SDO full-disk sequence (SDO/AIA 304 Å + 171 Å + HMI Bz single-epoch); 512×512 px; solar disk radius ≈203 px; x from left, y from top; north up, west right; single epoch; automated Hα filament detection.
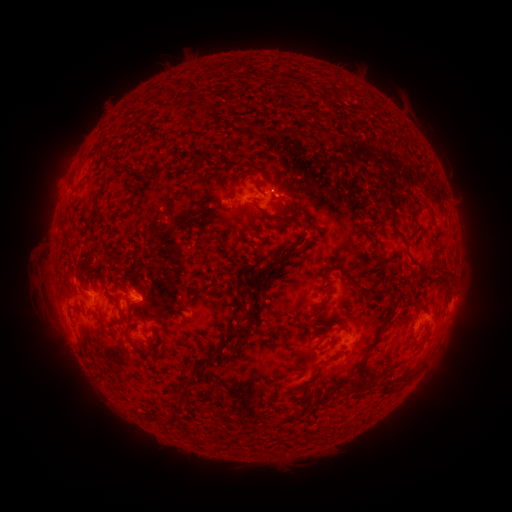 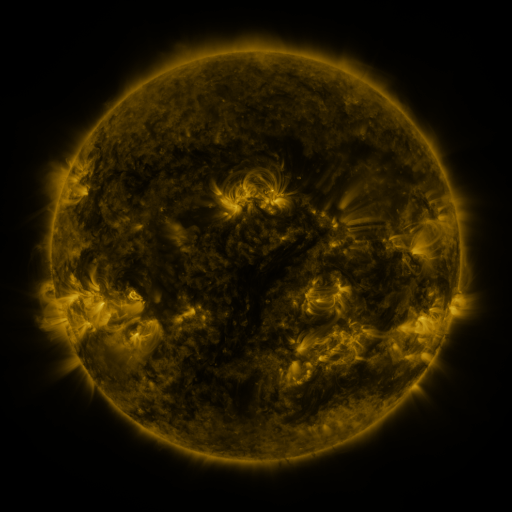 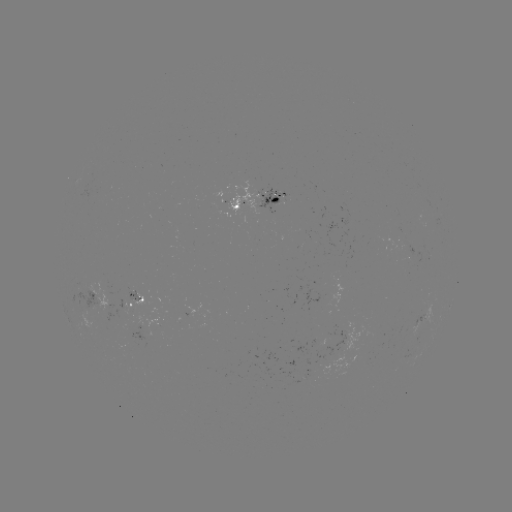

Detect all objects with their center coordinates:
filament: [282, 78, 289, 88]
filament: [114, 166, 130, 176]
filament: [132, 172, 150, 181]
filament: [249, 179, 259, 189]
filament: [325, 183, 332, 193]
filament: [417, 193, 427, 204]
filament: [285, 196, 295, 208]
filament: [272, 200, 303, 222]
filament: [87, 209, 100, 256]
filament: [259, 209, 277, 220]
filament: [277, 245, 291, 256]
filament: [292, 248, 303, 256]
filament: [376, 249, 385, 257]
filament: [256, 263, 273, 277]
filament: [346, 267, 386, 298]
filament: [414, 298, 427, 308]
filament: [240, 304, 258, 322]
filament: [302, 309, 350, 330]
filament: [382, 311, 392, 321]
filament: [422, 323, 432, 339]
filament: [100, 326, 115, 339]
filament: [194, 326, 251, 370]
filament: [311, 327, 326, 339]
filament: [405, 327, 415, 341]
filament: [283, 330, 293, 343]
filament: [369, 338, 379, 348]
filament: [138, 350, 151, 361]
filament: [355, 350, 371, 389]
filament: [182, 377, 197, 403]
filament: [171, 411, 188, 424]
